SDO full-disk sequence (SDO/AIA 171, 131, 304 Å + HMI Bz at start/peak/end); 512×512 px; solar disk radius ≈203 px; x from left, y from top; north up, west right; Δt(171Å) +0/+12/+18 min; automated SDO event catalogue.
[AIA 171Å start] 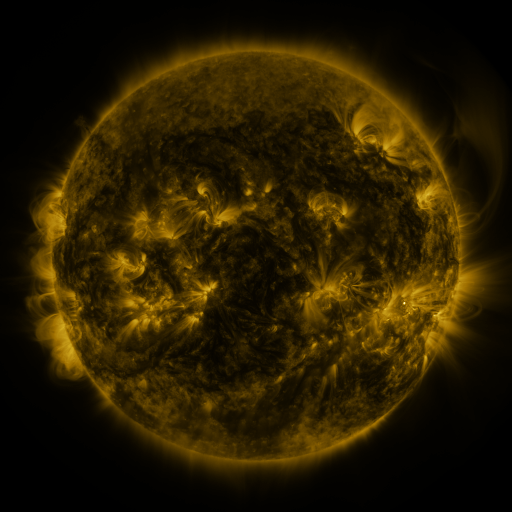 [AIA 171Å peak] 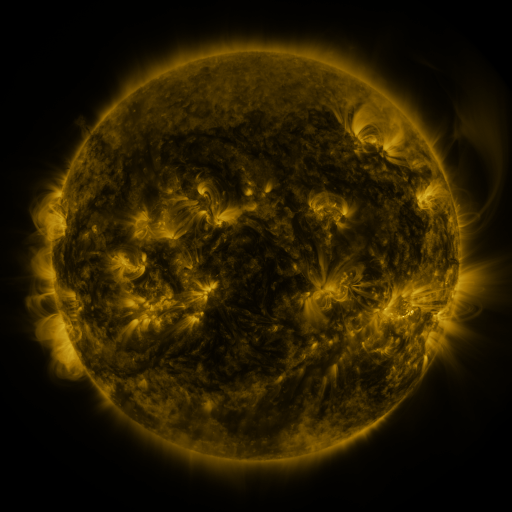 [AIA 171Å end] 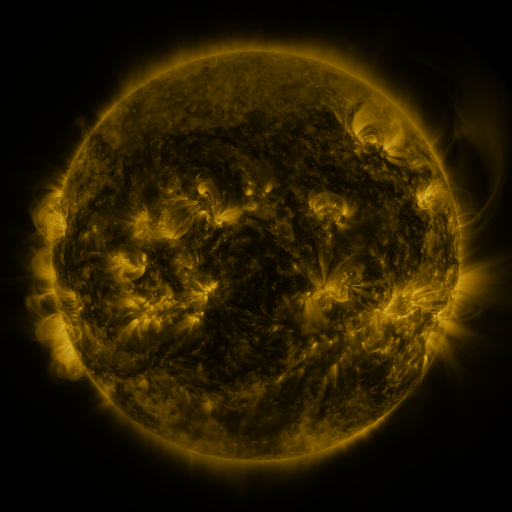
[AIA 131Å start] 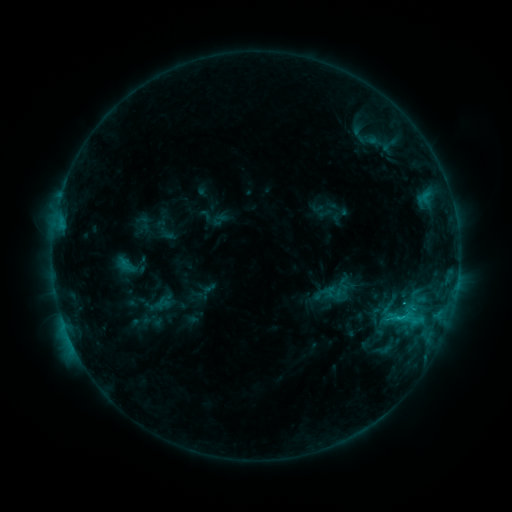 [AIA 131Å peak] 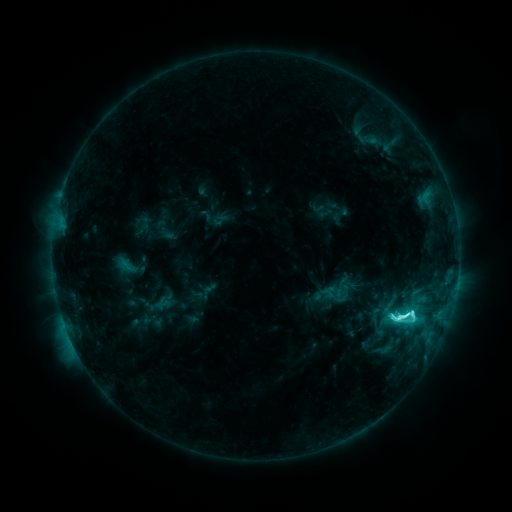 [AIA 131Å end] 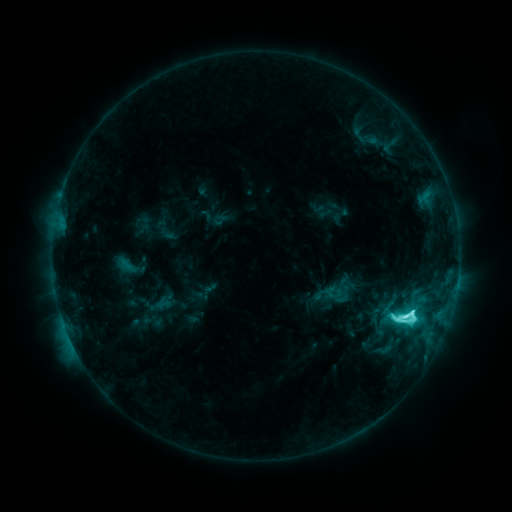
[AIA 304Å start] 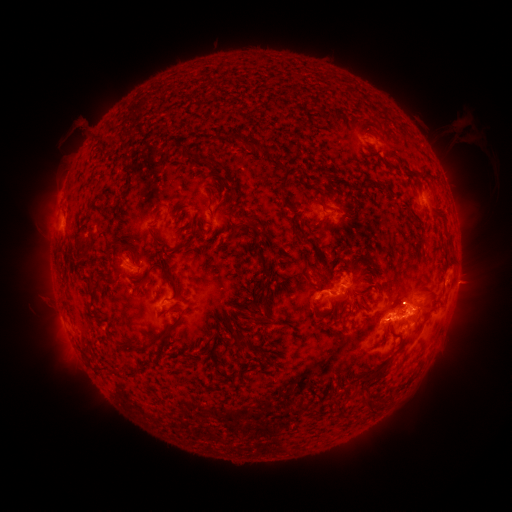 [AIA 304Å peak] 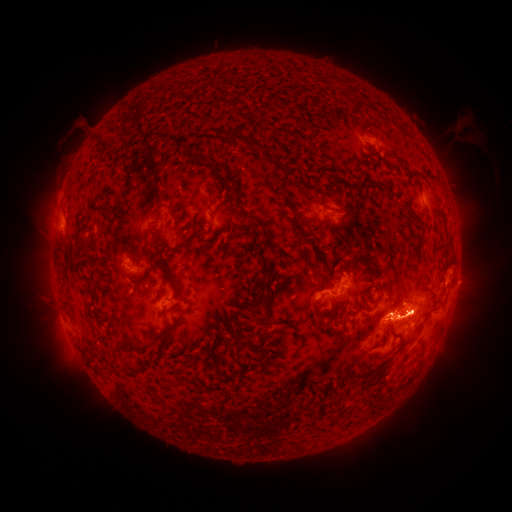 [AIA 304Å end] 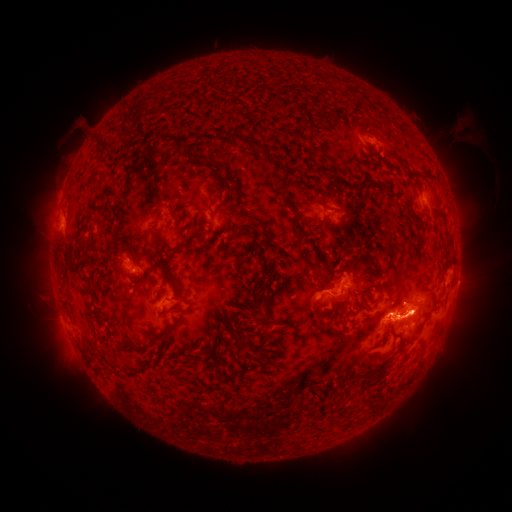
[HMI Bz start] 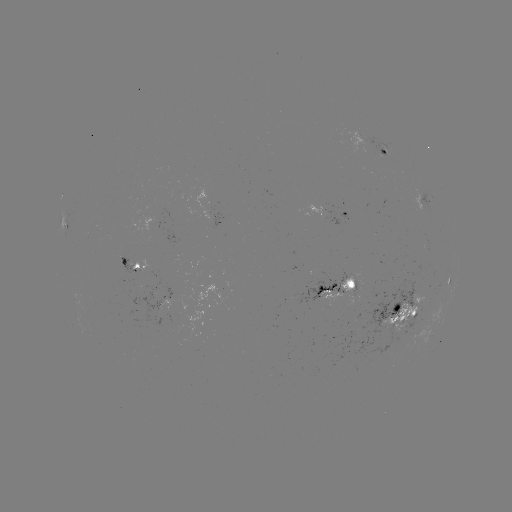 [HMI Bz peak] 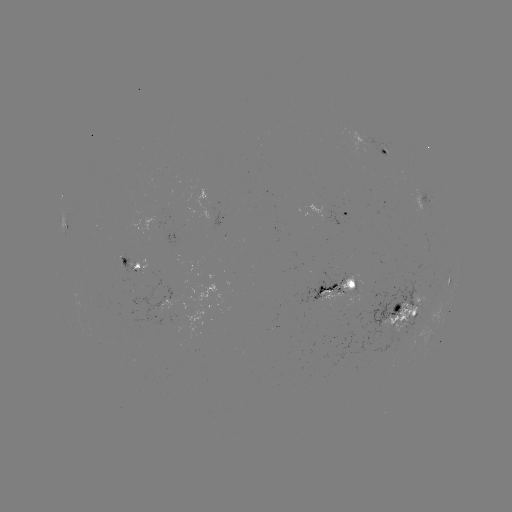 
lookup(M1.2 flare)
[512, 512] [397, 315]